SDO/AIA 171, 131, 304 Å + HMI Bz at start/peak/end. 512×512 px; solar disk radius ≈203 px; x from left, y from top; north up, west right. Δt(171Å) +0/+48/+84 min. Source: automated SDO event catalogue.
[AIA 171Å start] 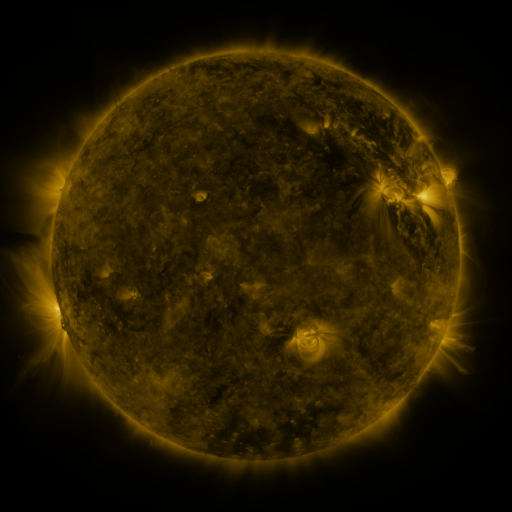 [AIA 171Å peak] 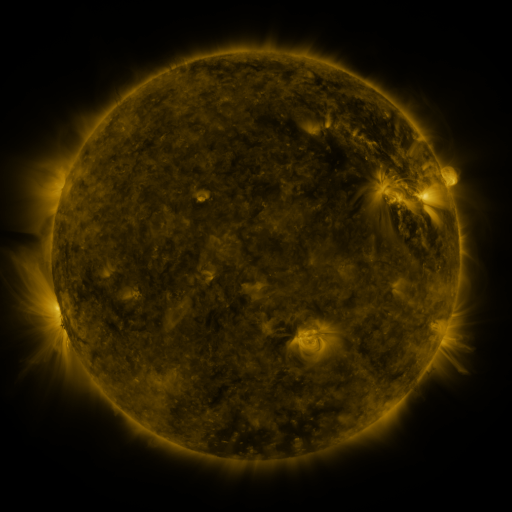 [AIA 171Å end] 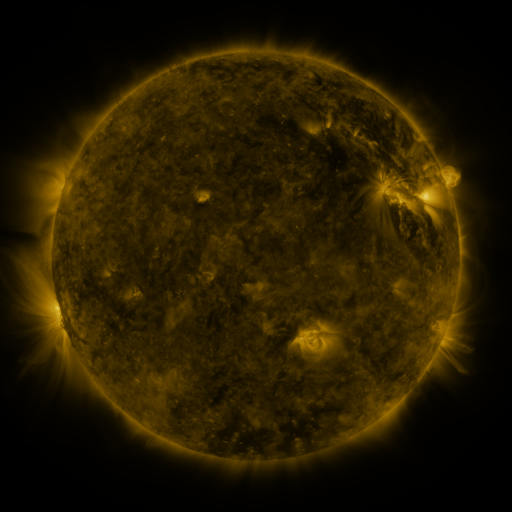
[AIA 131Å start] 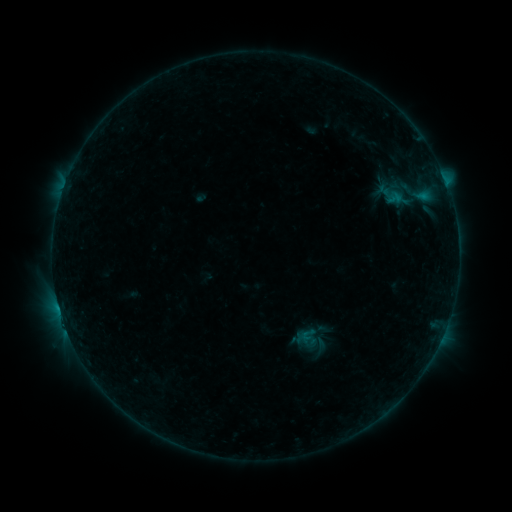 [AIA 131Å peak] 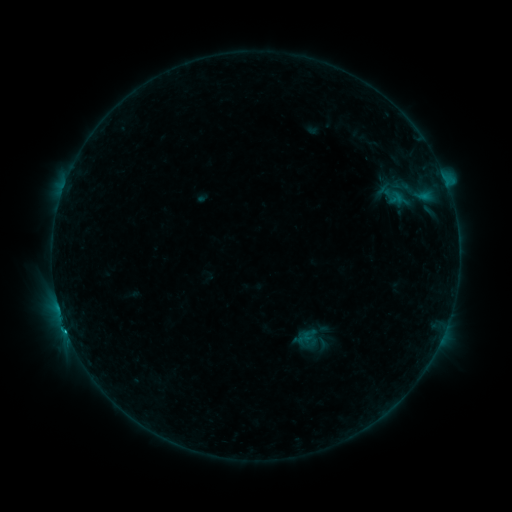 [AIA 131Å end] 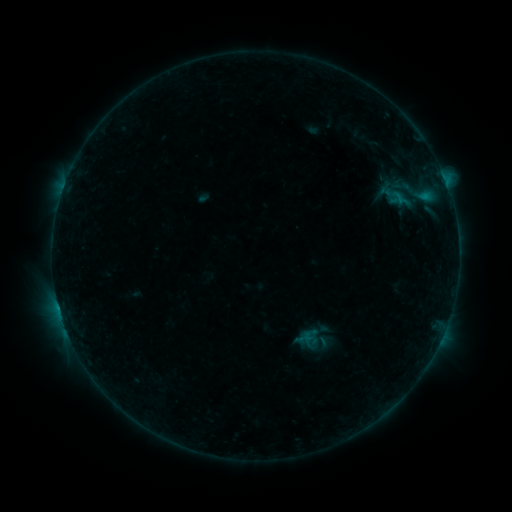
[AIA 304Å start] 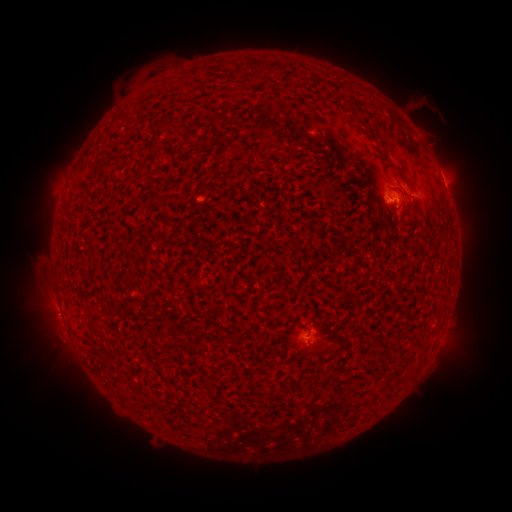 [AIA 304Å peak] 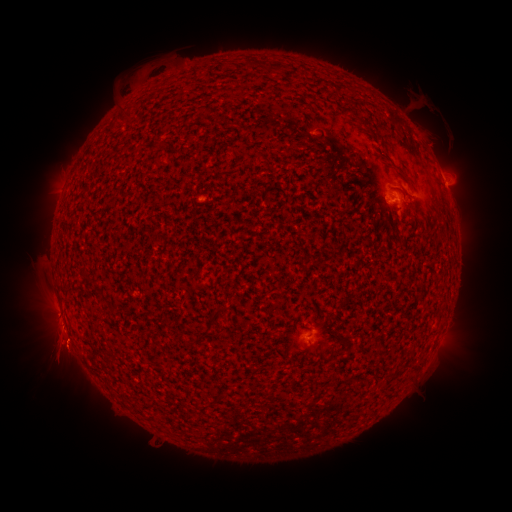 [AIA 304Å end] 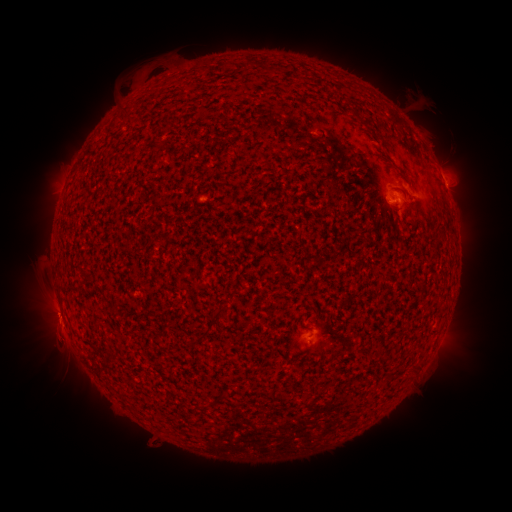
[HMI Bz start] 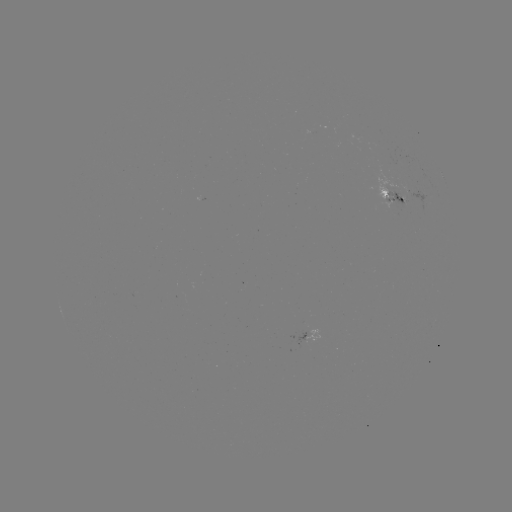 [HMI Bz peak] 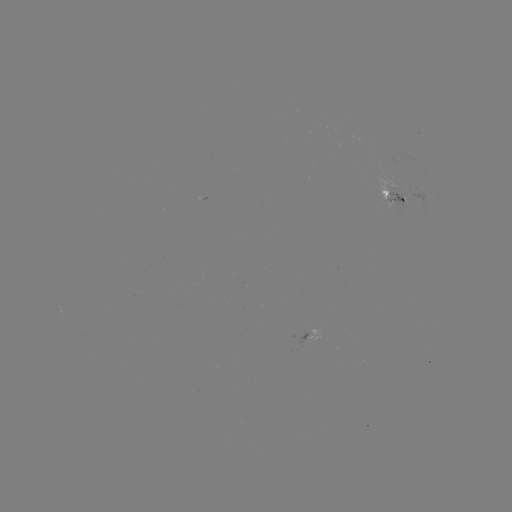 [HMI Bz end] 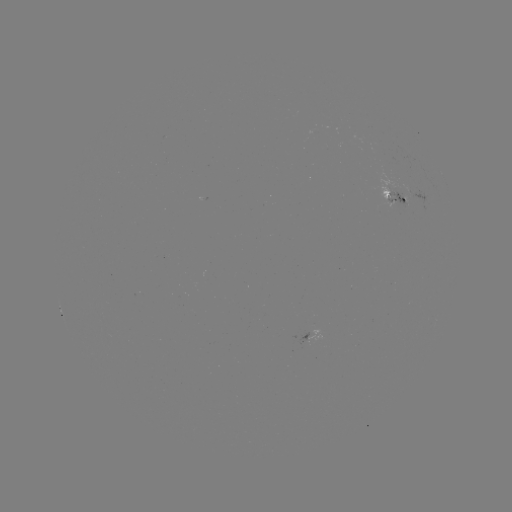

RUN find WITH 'emerging-flux region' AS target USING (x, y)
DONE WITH (387, 195) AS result